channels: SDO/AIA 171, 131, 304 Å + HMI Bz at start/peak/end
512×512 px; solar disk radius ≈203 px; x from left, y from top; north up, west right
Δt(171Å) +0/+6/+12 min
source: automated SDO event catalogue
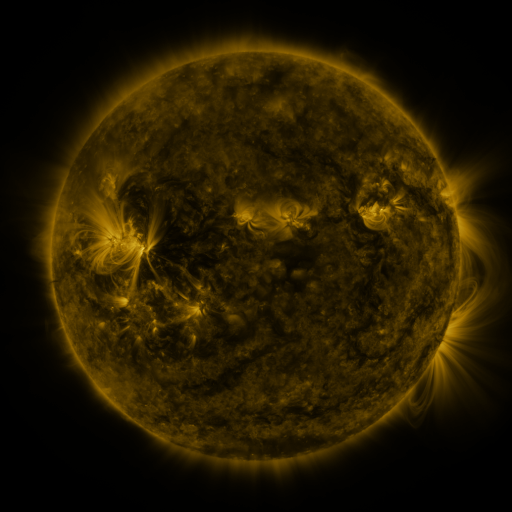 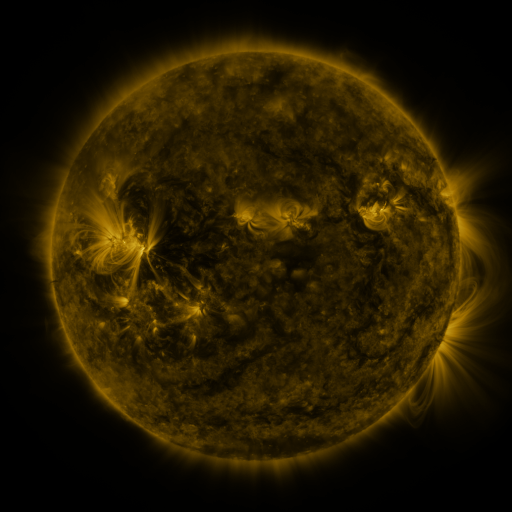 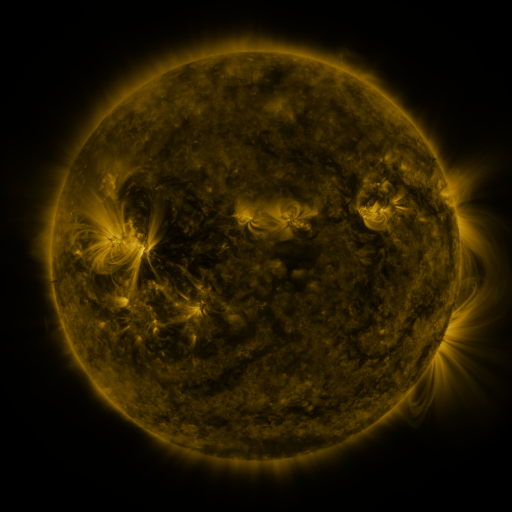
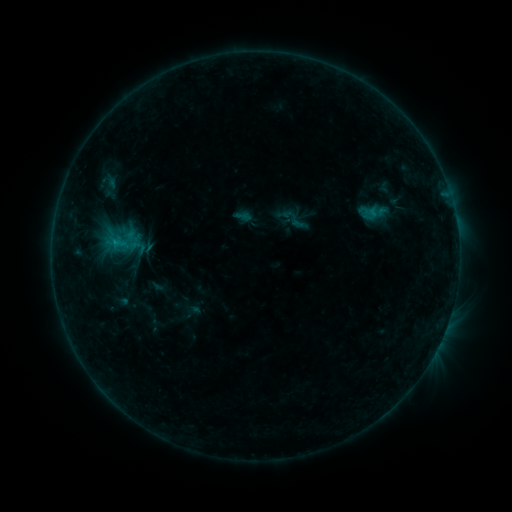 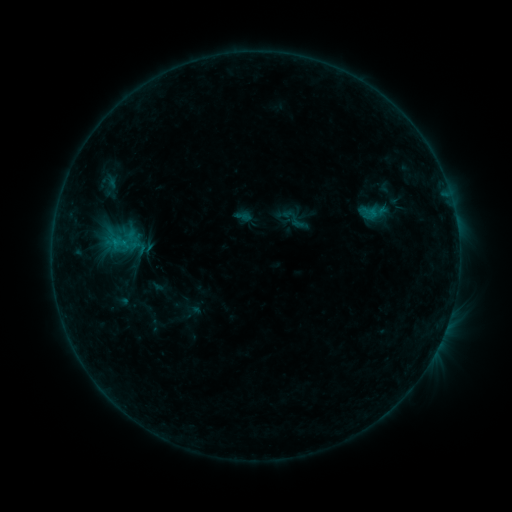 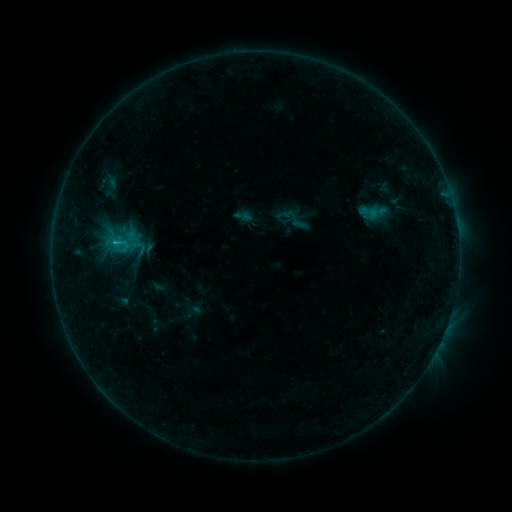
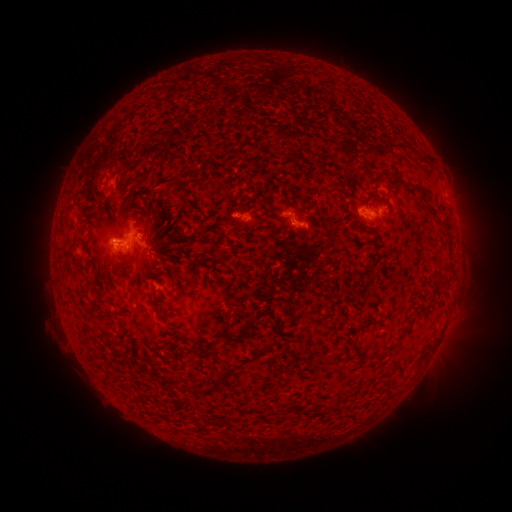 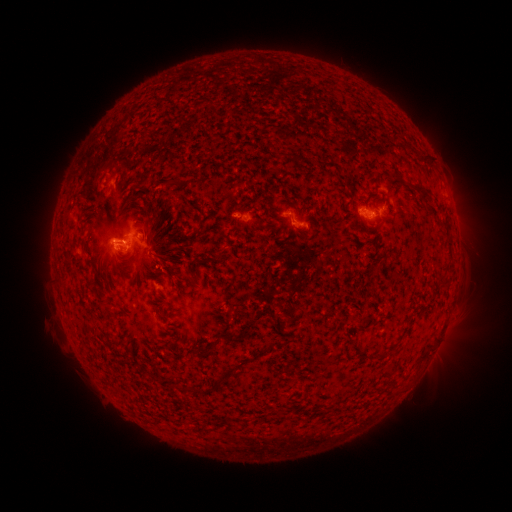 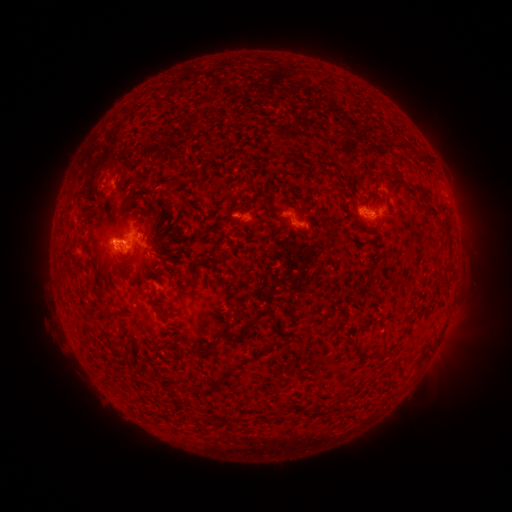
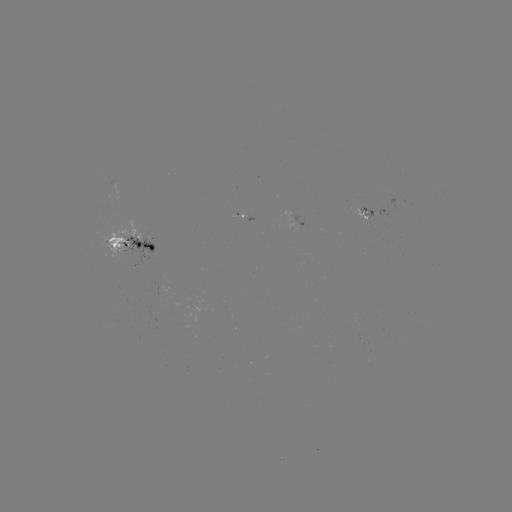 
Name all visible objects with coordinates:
B9.2 flare: (115, 245)
